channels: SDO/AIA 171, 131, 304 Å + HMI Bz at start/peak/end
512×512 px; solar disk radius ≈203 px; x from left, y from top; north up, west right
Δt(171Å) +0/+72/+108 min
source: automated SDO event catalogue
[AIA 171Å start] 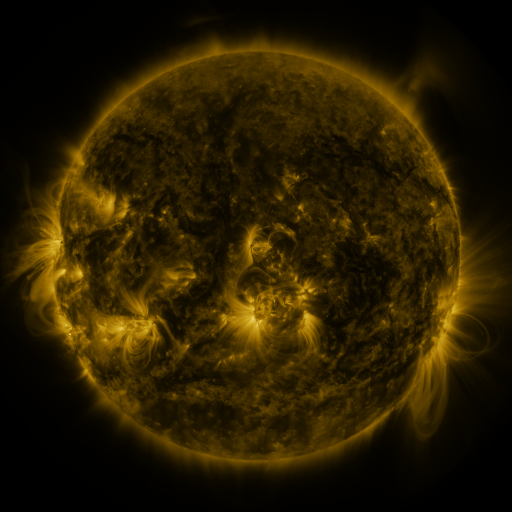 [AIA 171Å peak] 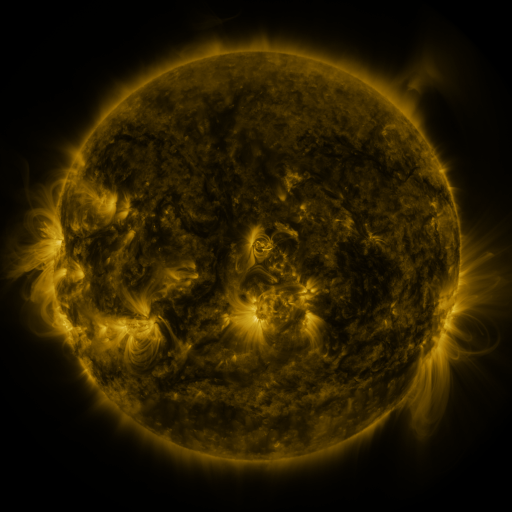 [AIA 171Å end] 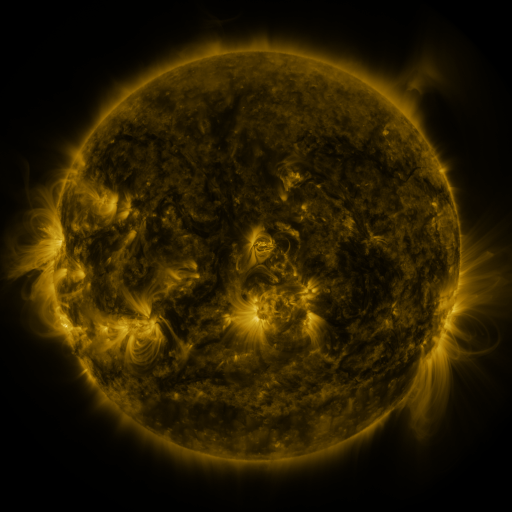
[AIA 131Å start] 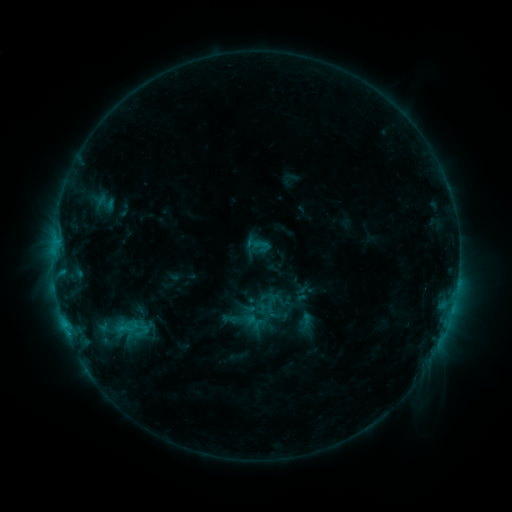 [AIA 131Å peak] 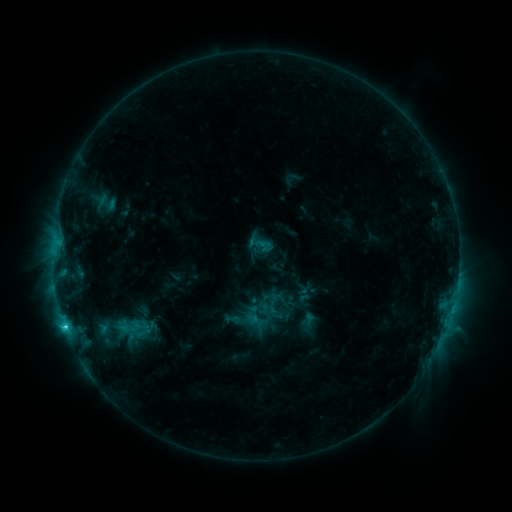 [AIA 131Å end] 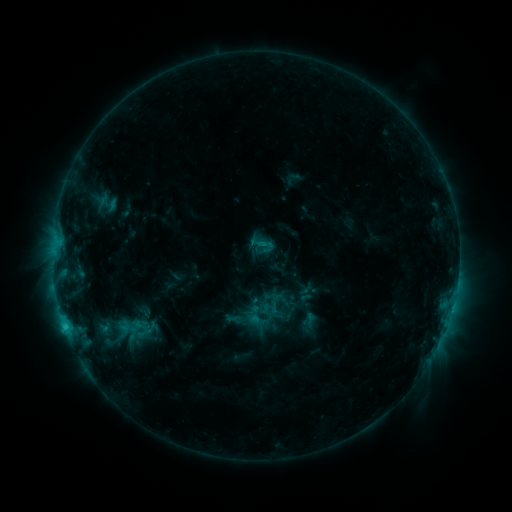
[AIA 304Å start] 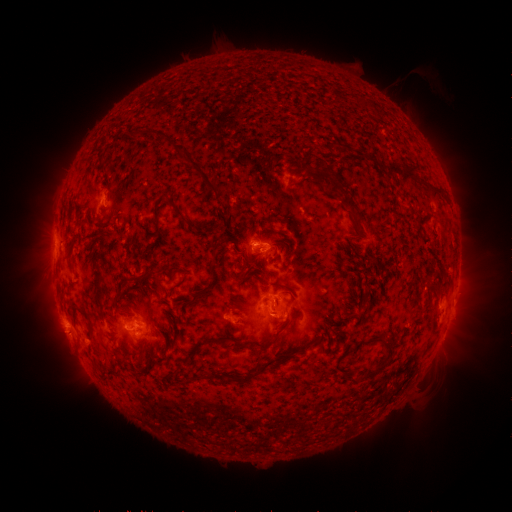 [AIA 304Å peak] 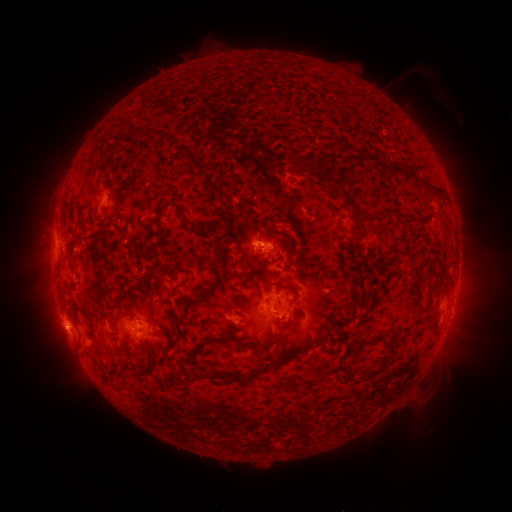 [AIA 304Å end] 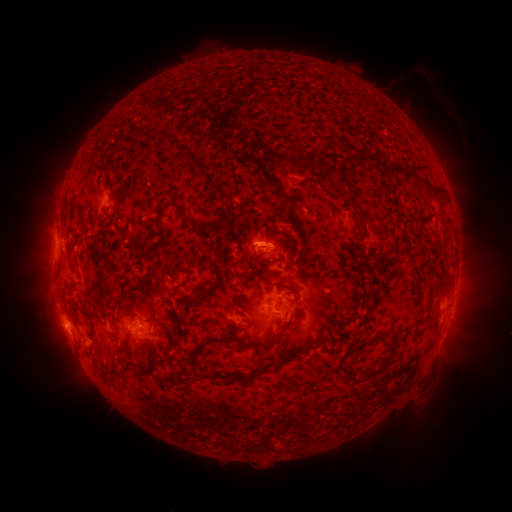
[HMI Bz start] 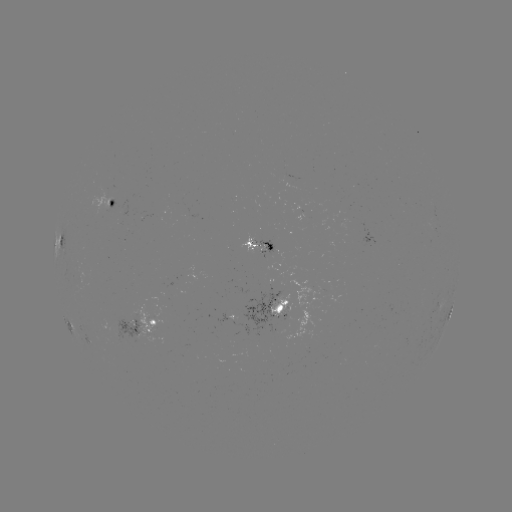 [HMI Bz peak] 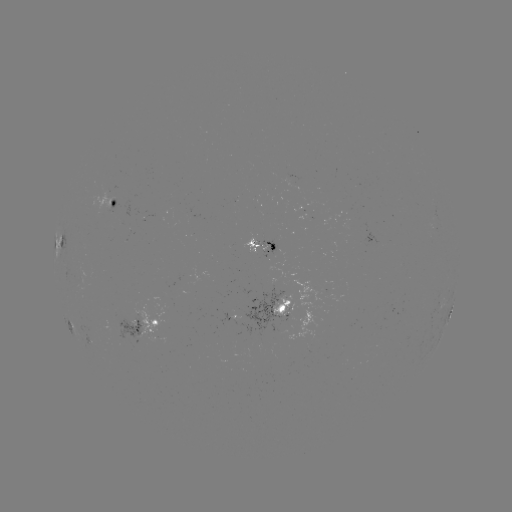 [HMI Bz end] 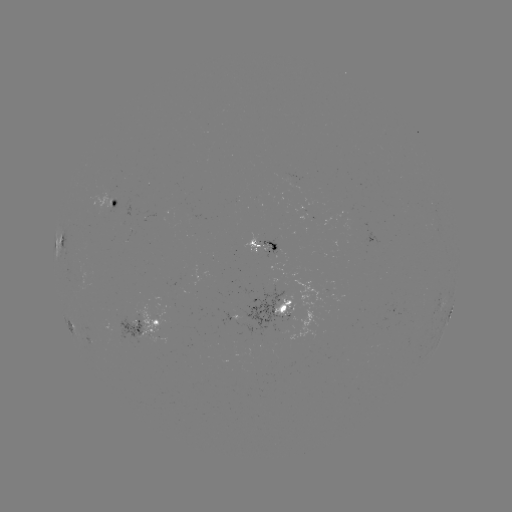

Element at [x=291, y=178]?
emerging-flux region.